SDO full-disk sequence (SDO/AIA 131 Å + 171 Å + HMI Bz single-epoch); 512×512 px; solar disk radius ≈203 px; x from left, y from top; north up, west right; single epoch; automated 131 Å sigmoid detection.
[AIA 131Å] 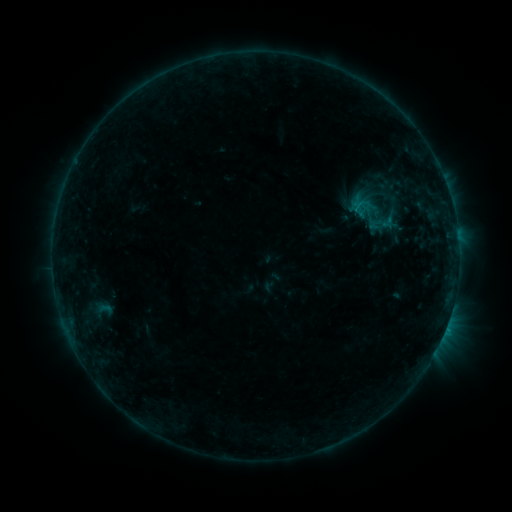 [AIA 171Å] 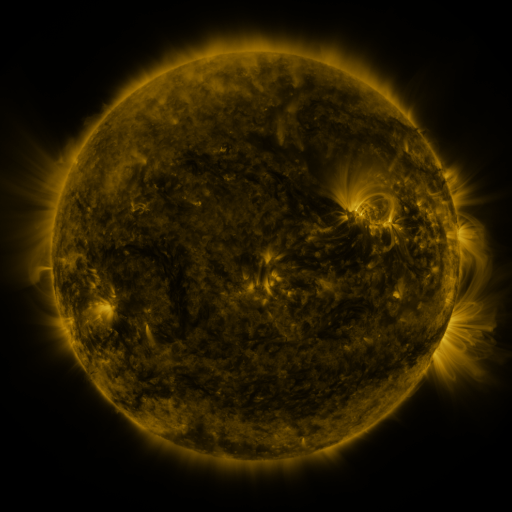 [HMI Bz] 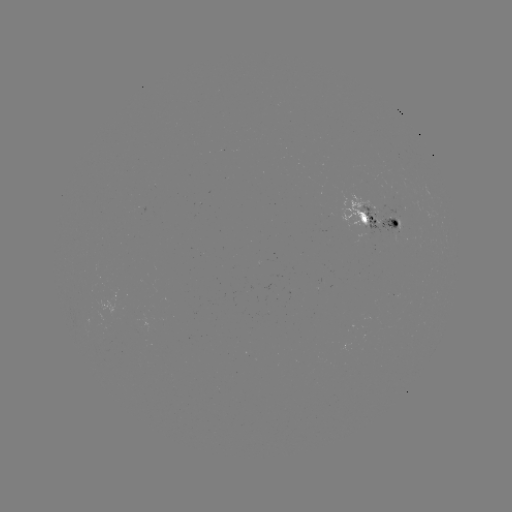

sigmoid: (345, 194, 394, 232)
